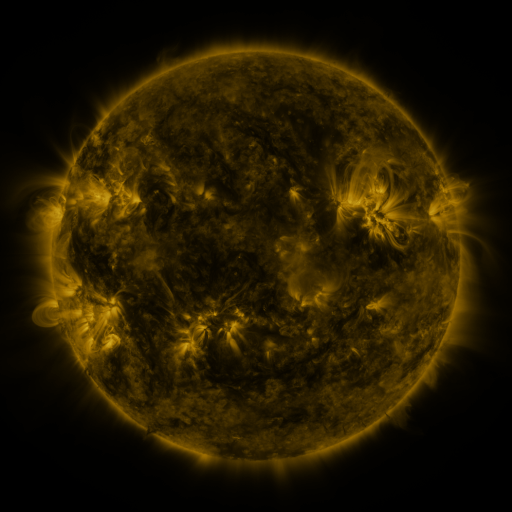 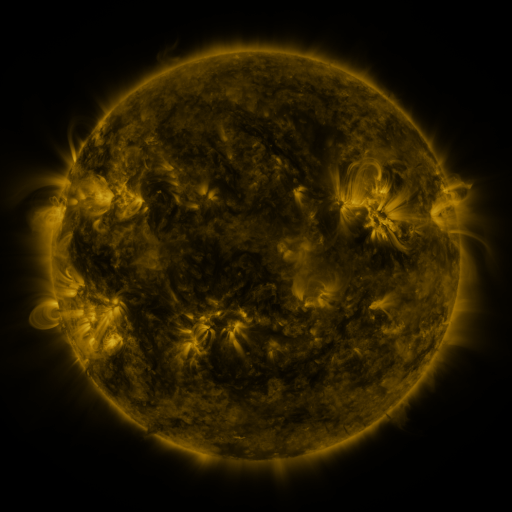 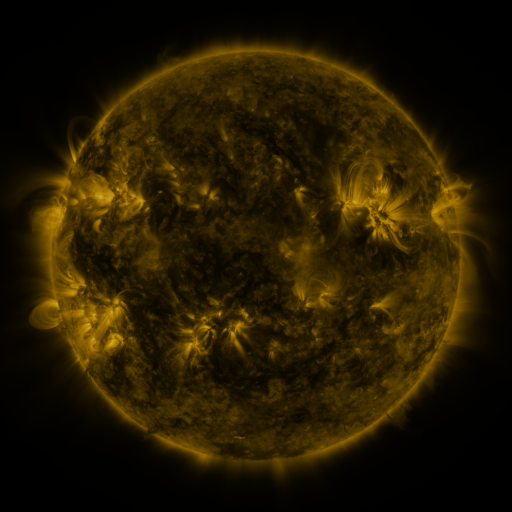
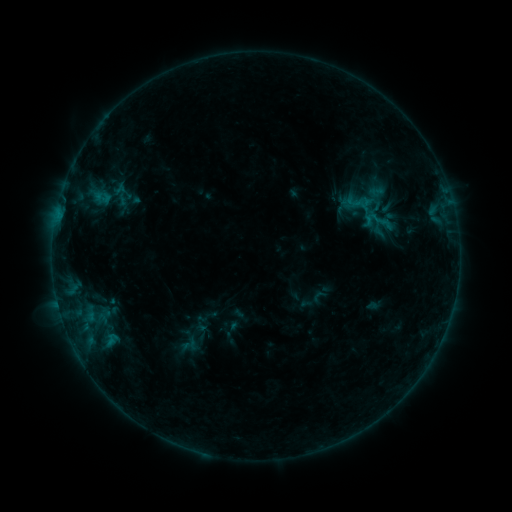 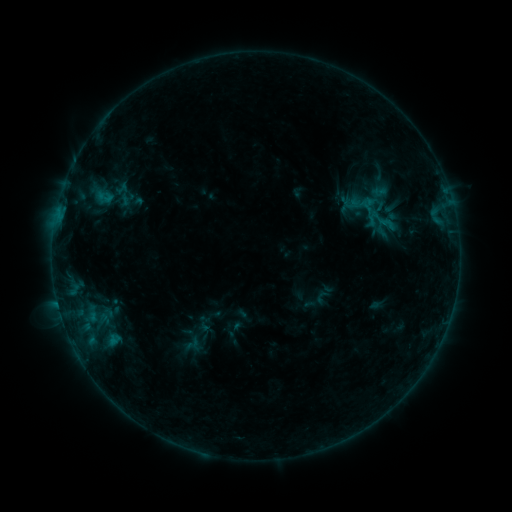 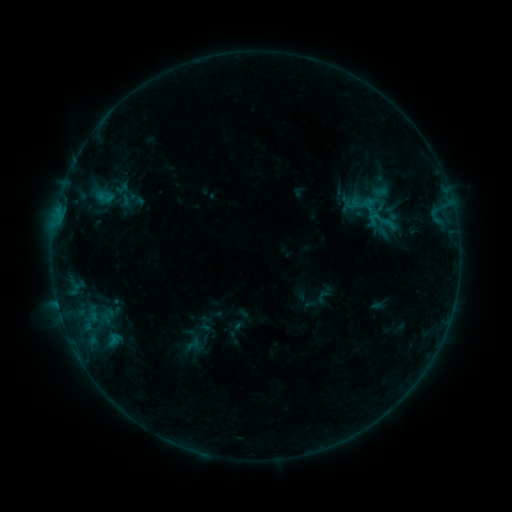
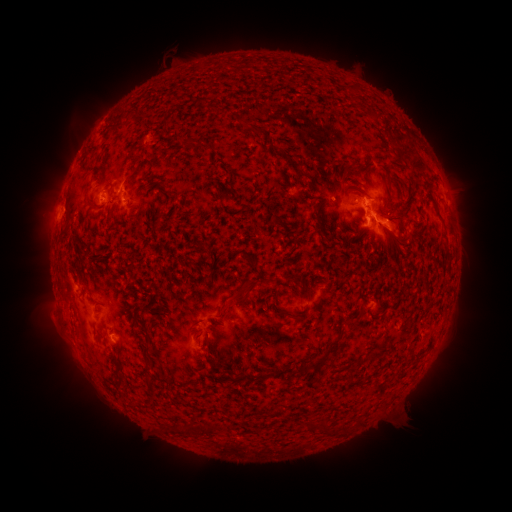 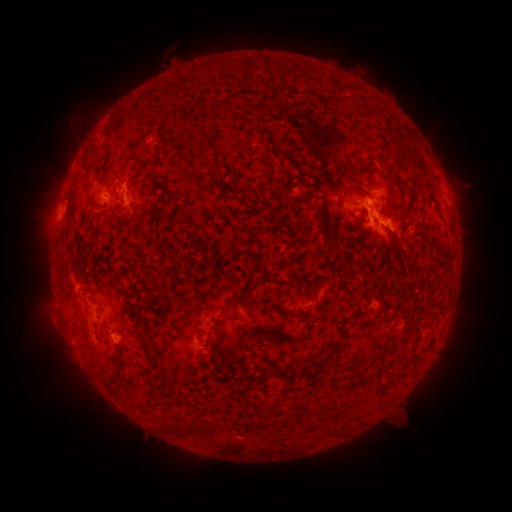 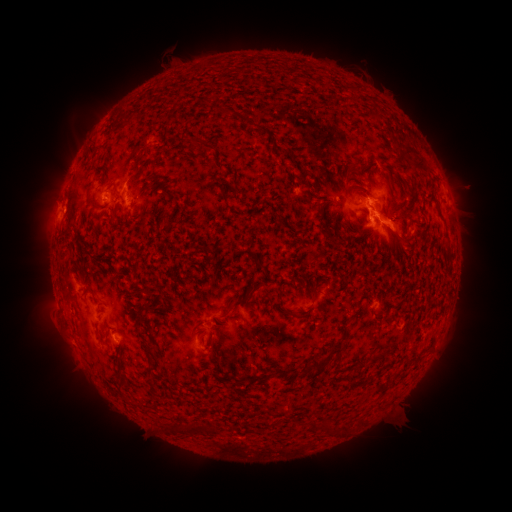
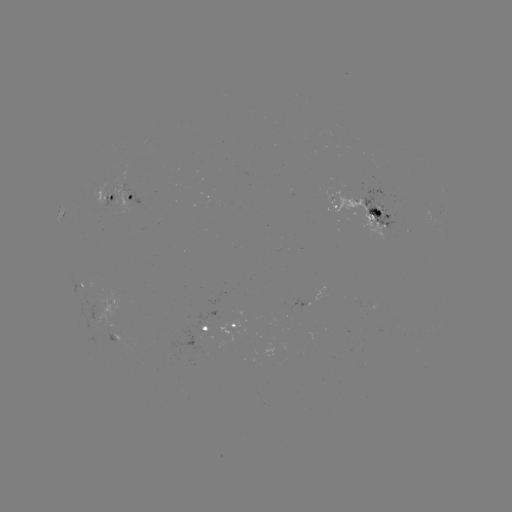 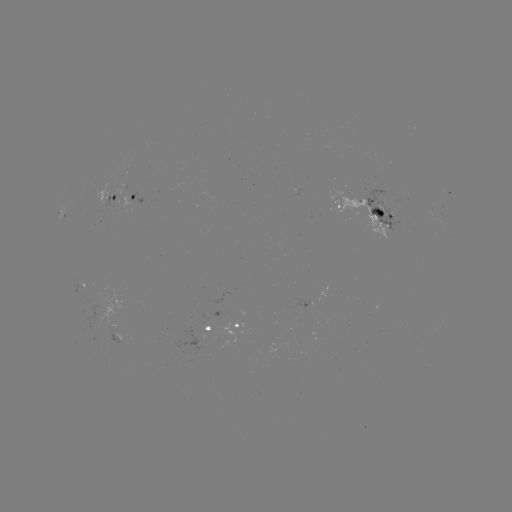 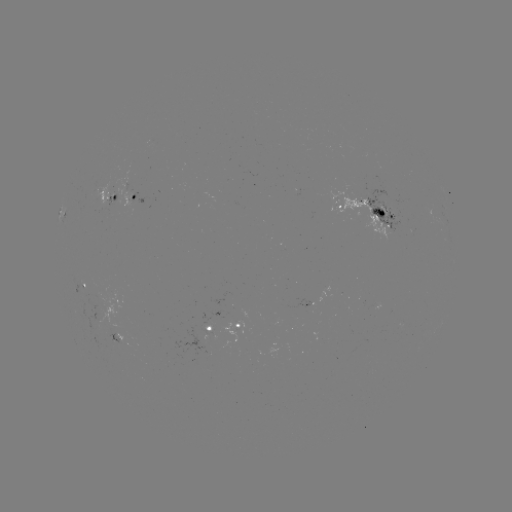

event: emerging-flux region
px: (209, 332)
